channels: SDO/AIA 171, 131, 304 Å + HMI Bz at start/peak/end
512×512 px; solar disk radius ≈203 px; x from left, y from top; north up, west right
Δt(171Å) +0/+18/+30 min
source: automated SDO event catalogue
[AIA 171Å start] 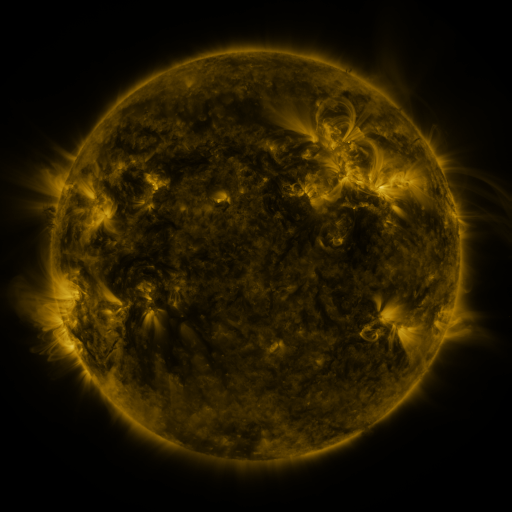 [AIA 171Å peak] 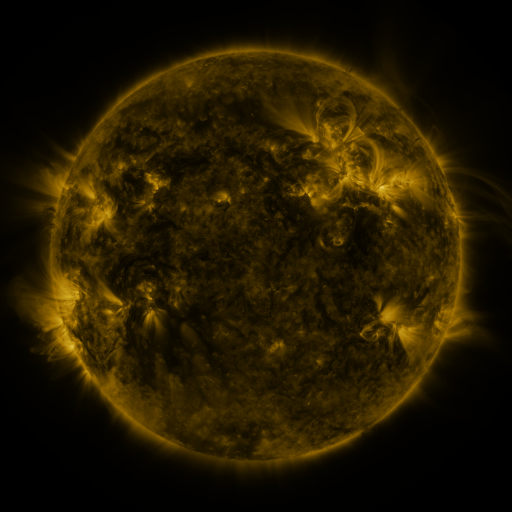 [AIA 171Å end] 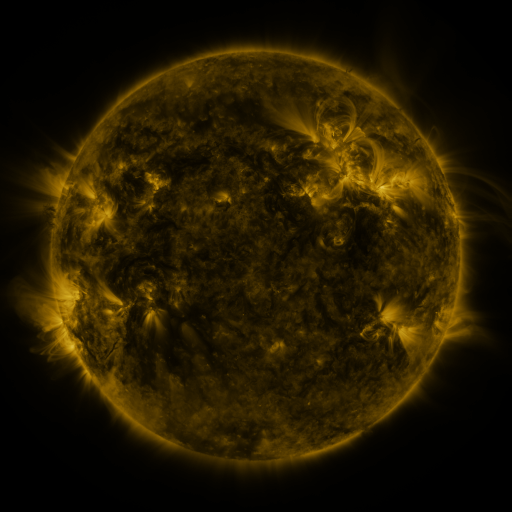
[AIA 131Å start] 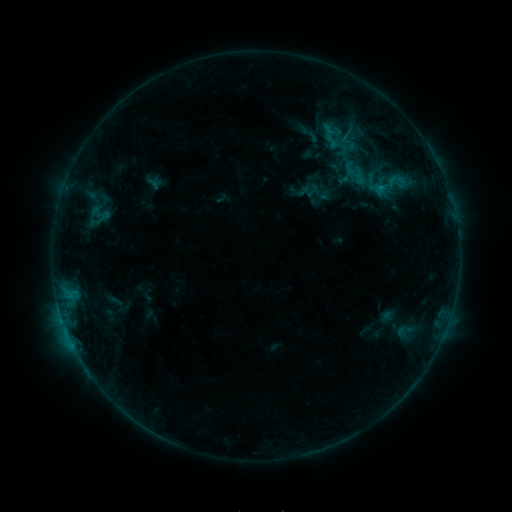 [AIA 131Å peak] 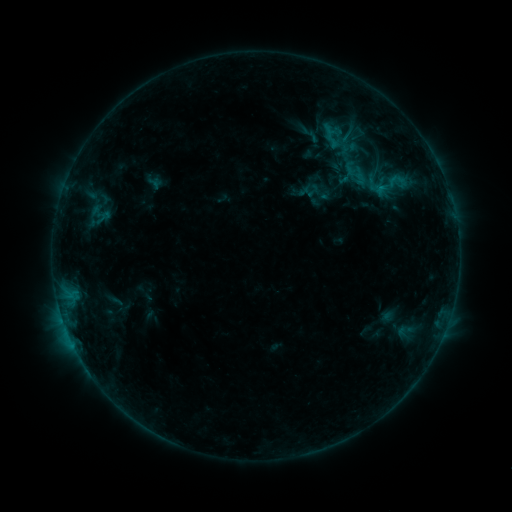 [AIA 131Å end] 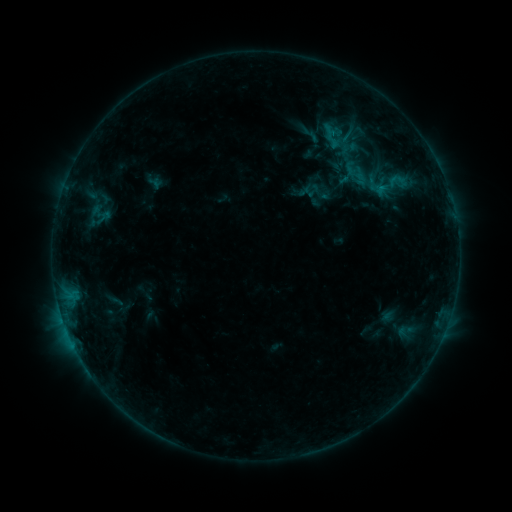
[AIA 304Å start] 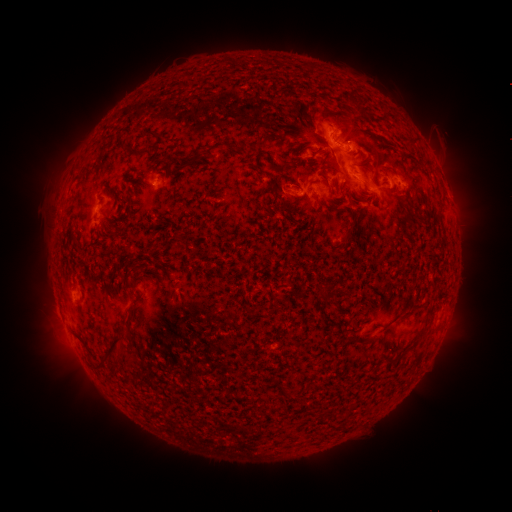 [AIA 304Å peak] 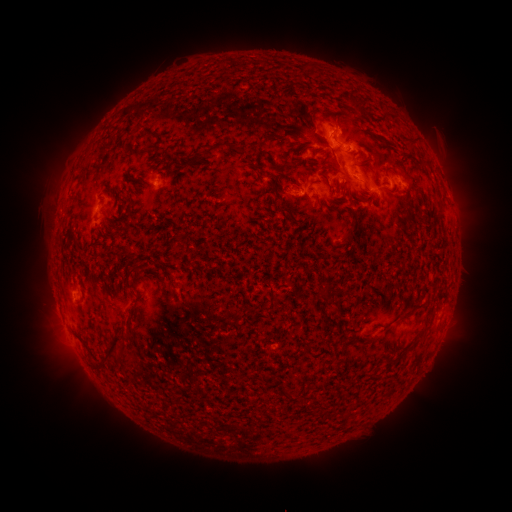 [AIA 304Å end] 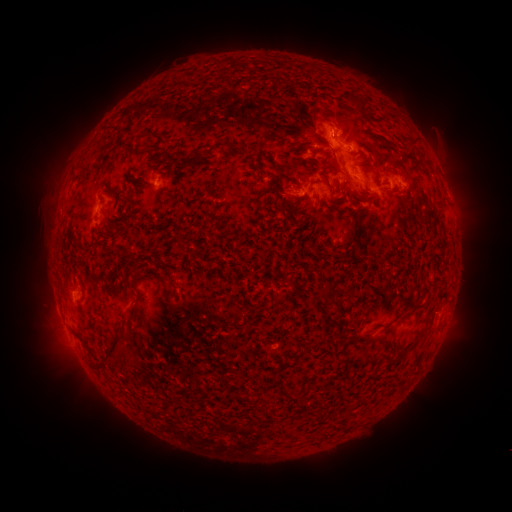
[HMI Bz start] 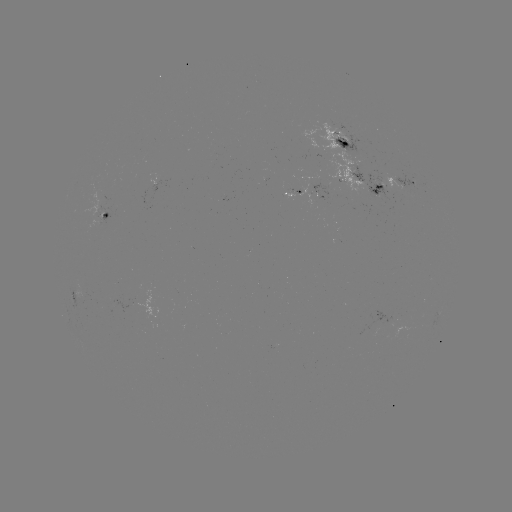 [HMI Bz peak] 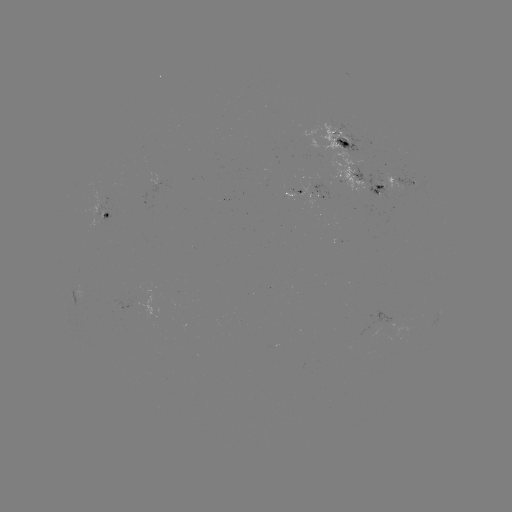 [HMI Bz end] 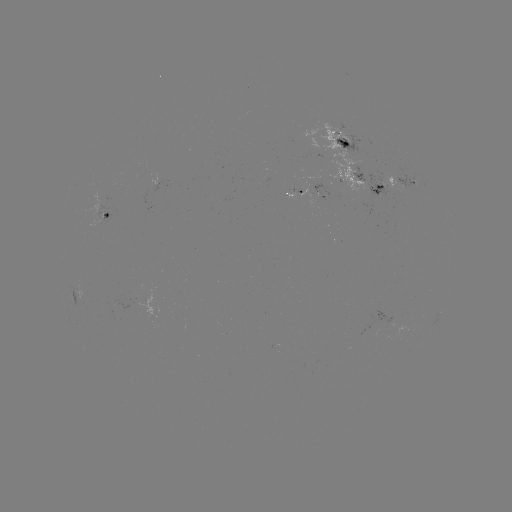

nothing was catalogued: no classed flare, no EUV trigger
